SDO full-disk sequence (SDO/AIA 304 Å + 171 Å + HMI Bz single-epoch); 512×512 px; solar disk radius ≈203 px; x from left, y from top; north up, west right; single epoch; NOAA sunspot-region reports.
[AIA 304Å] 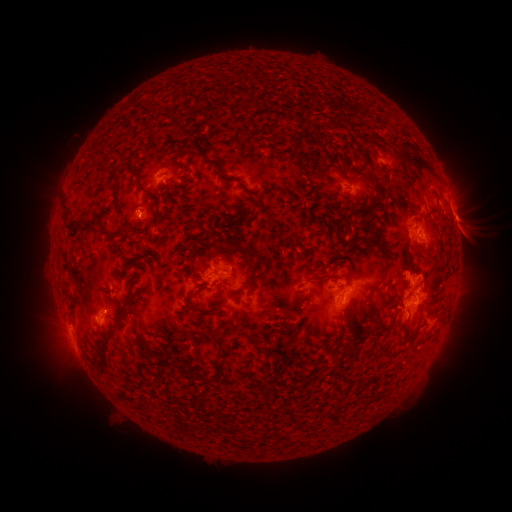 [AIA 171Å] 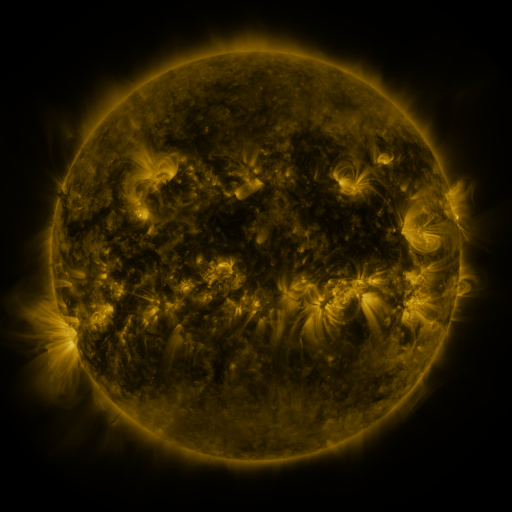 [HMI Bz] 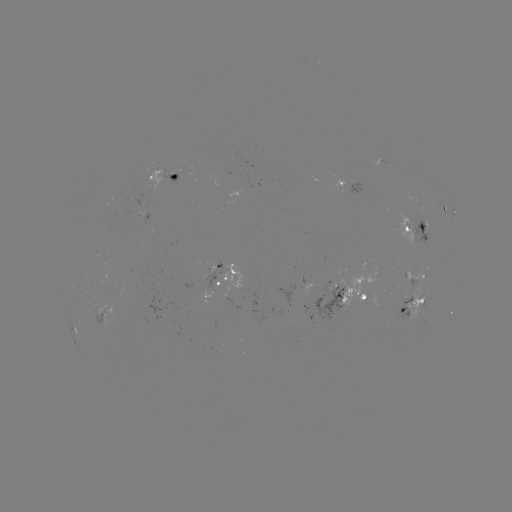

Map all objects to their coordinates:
spotted active region: (380, 160)
spotted active region: (168, 174)
spotted active region: (348, 187)
spotted active region: (444, 207)
spotted active region: (453, 211)
spotted active region: (415, 226)
spotted active region: (224, 276)
spotted active region: (418, 280)
spotted active region: (356, 296)
spotted active region: (413, 304)
spotted active region: (105, 314)
spotted active region: (75, 338)
